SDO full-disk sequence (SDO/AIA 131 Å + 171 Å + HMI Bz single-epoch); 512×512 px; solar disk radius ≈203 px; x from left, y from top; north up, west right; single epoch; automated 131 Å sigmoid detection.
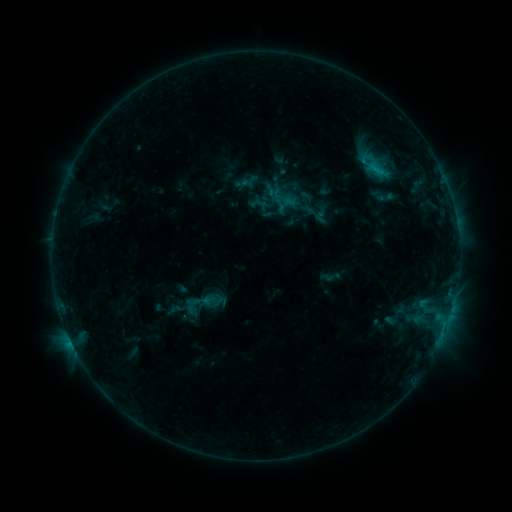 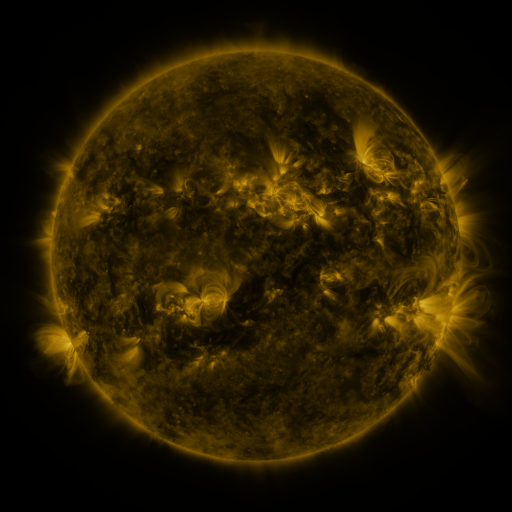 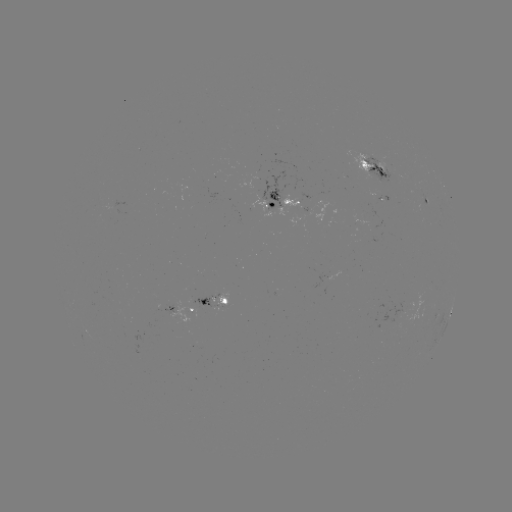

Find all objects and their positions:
sigmoid: (386, 197)
